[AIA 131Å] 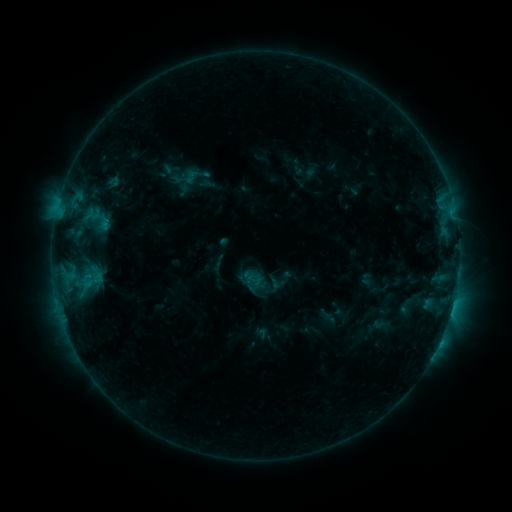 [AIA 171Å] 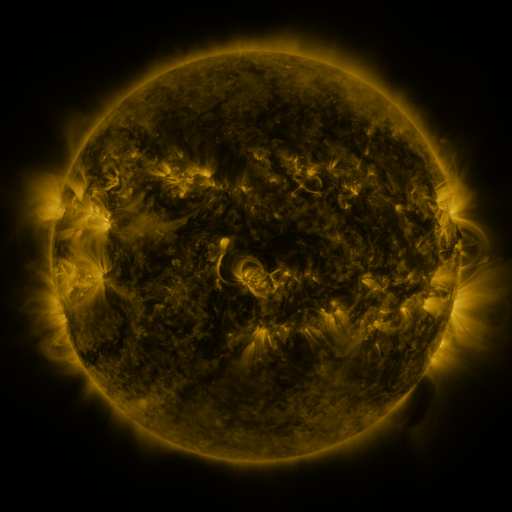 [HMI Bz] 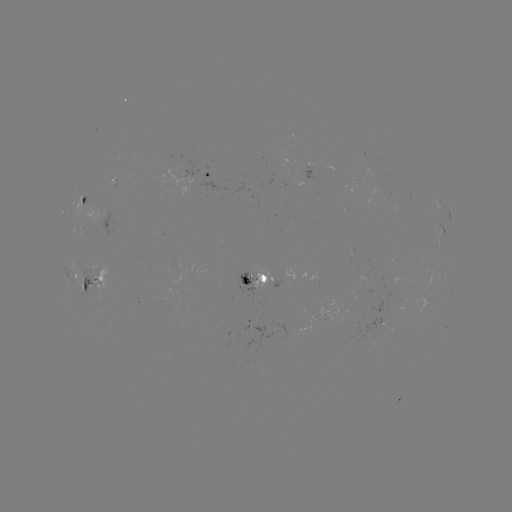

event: sigmoid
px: (254, 280)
